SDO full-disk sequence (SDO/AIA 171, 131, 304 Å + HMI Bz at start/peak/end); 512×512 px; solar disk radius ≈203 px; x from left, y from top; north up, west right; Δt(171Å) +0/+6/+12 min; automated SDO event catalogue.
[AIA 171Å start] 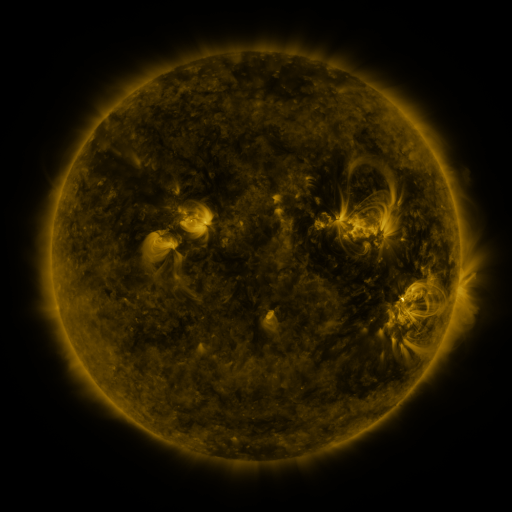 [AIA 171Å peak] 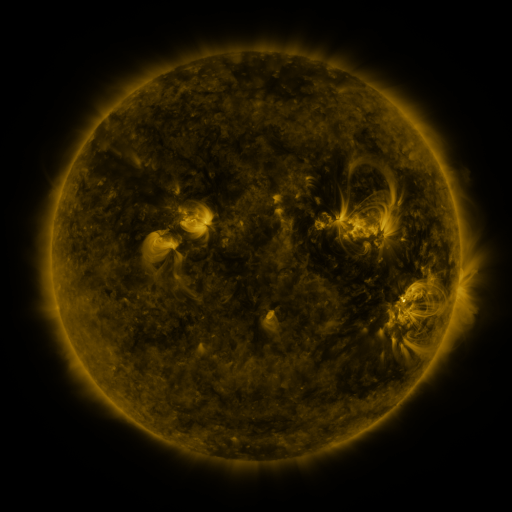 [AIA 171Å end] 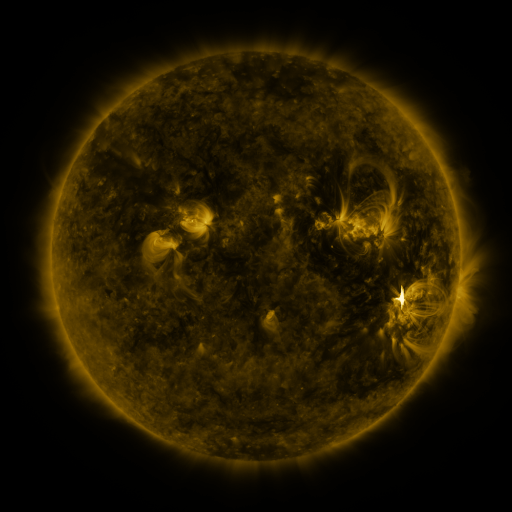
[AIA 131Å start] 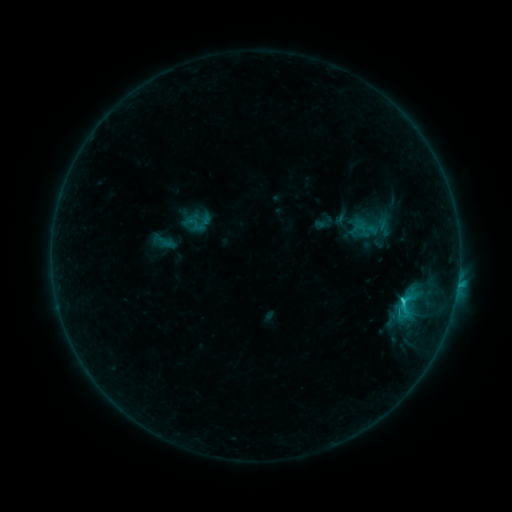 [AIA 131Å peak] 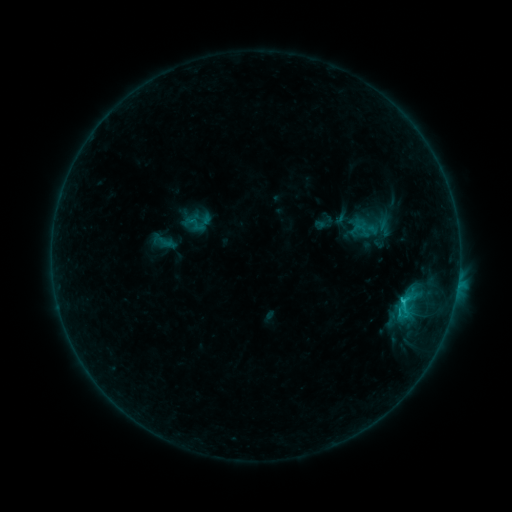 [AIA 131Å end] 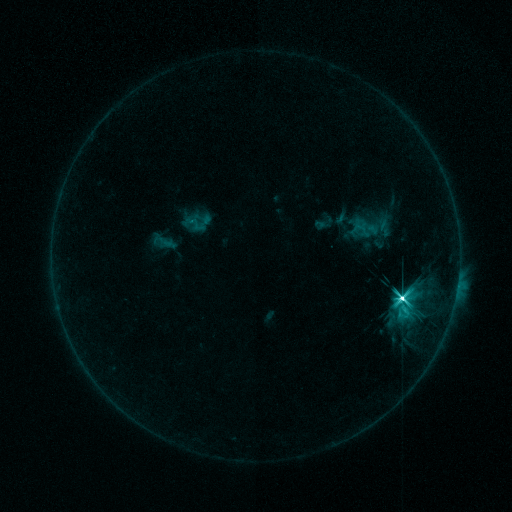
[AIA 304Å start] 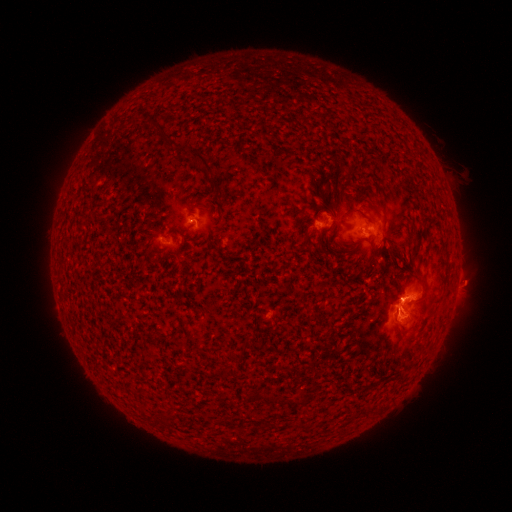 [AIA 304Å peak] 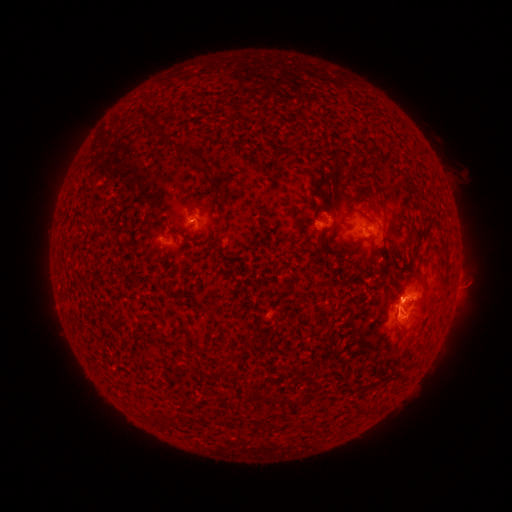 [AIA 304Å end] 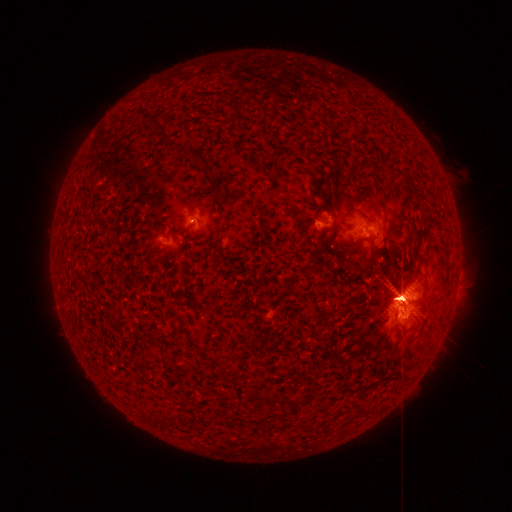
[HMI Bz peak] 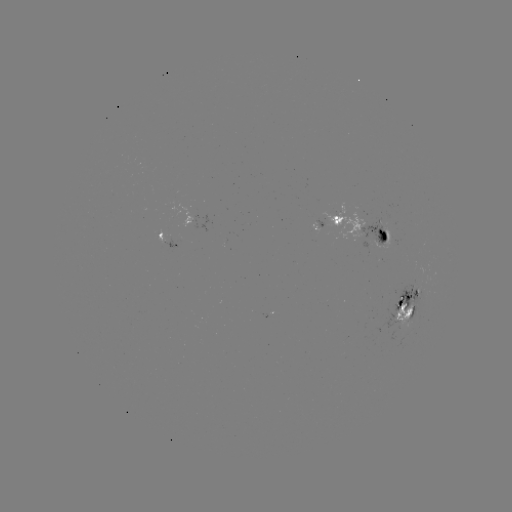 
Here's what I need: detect M7.3 flare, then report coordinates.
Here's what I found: M7.3 flare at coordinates (401, 298).